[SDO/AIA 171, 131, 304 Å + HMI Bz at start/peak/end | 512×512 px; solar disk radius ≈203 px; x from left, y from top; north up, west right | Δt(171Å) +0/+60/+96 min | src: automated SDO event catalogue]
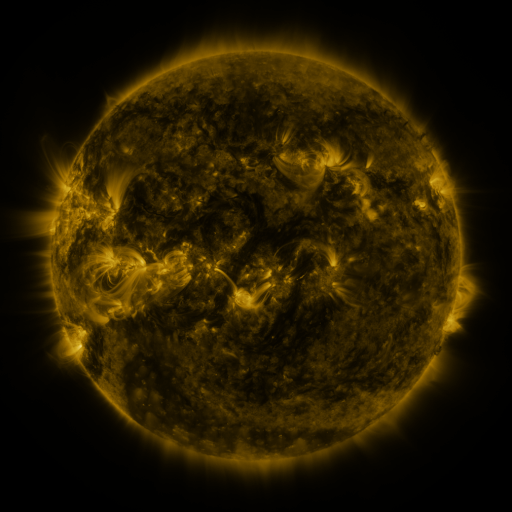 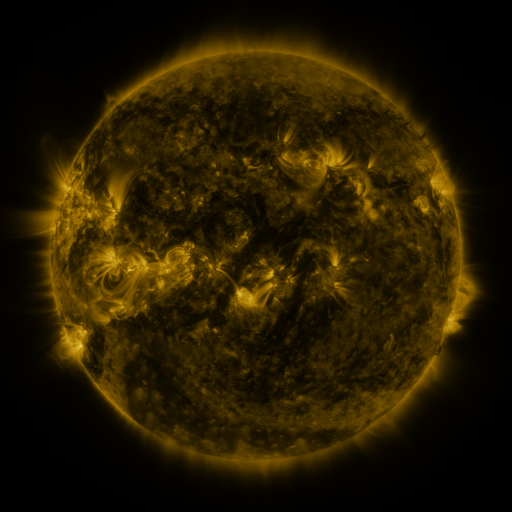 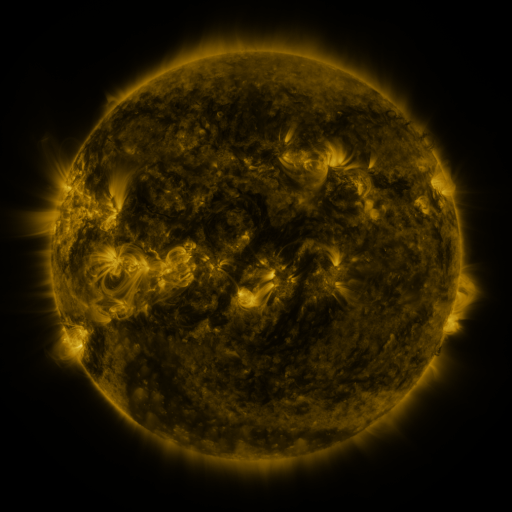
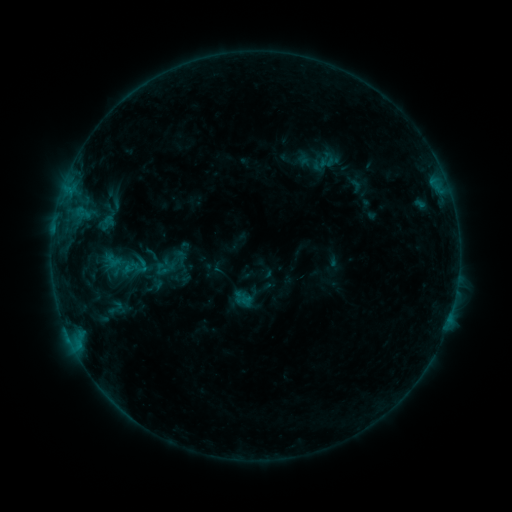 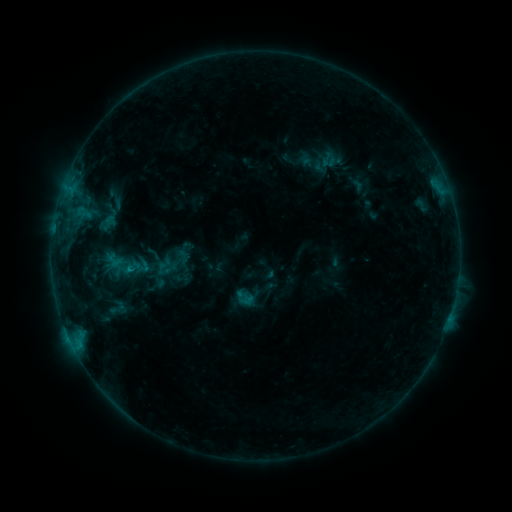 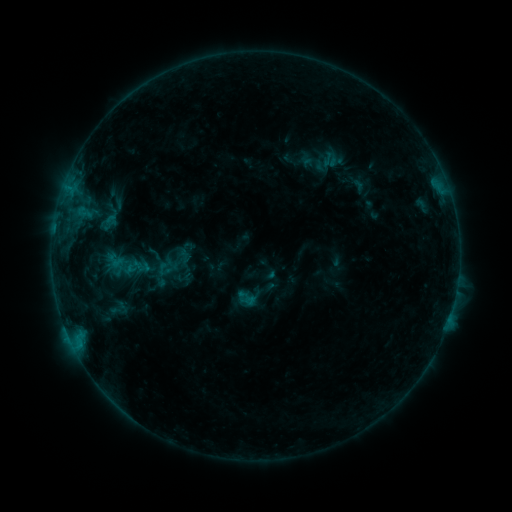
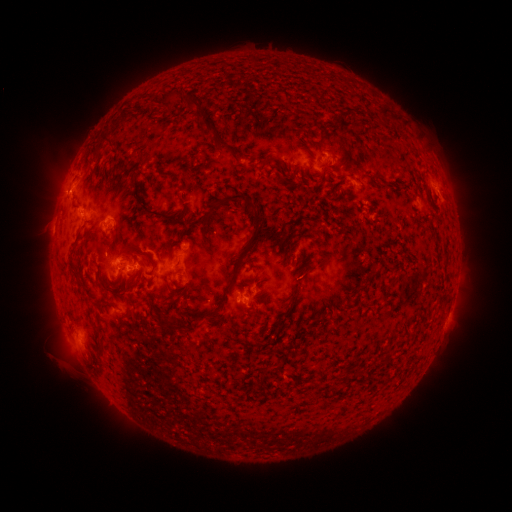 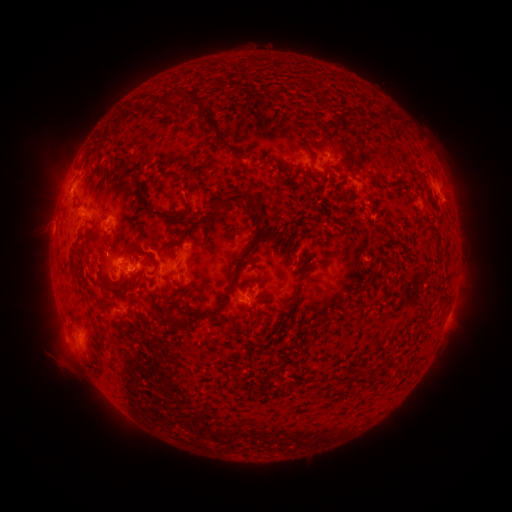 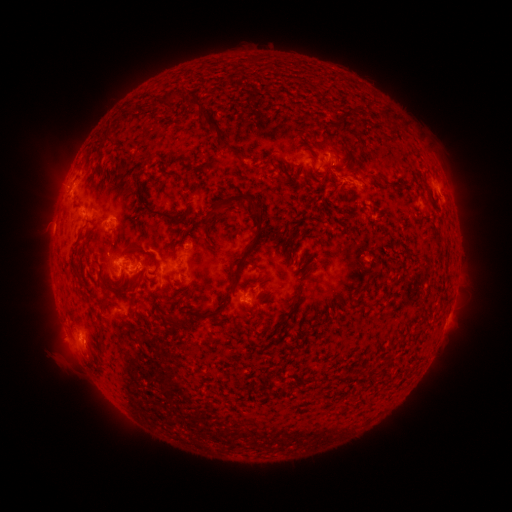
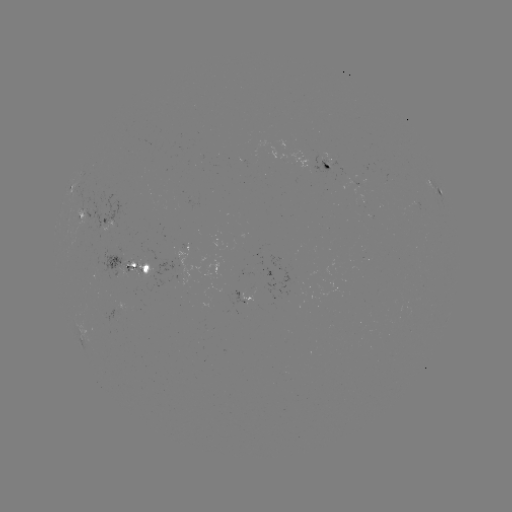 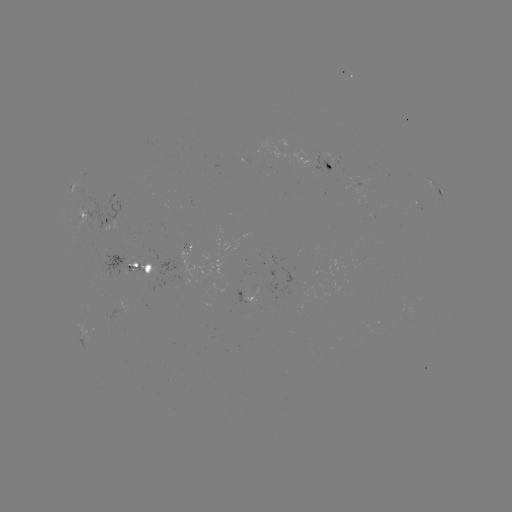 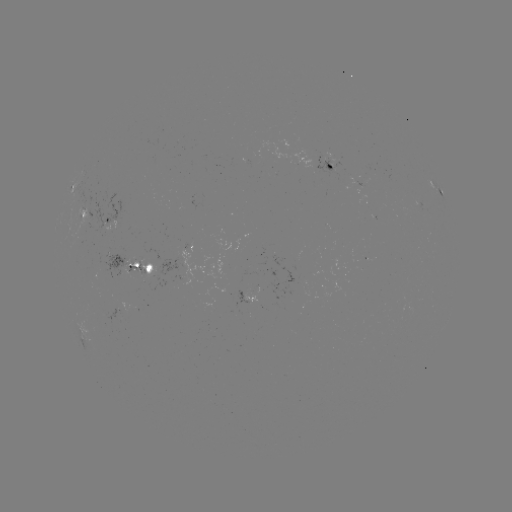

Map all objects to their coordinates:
emerging-flux region: (355, 182)
